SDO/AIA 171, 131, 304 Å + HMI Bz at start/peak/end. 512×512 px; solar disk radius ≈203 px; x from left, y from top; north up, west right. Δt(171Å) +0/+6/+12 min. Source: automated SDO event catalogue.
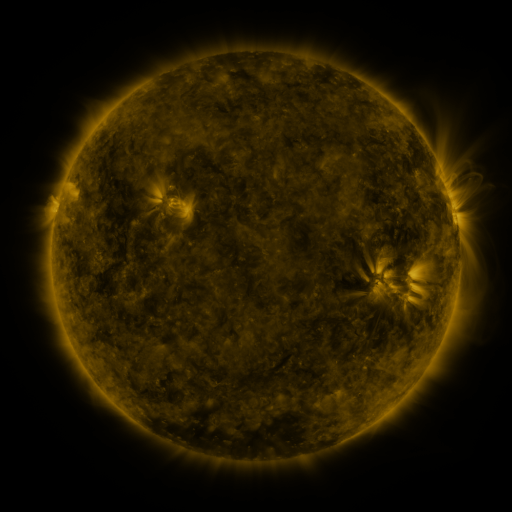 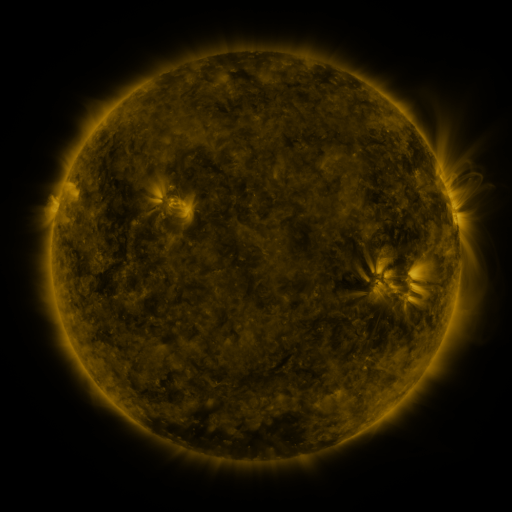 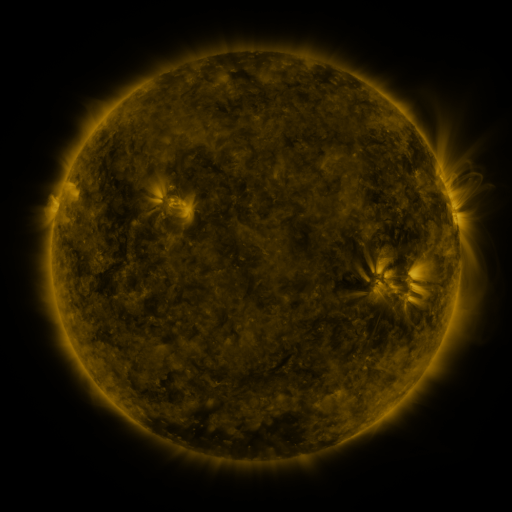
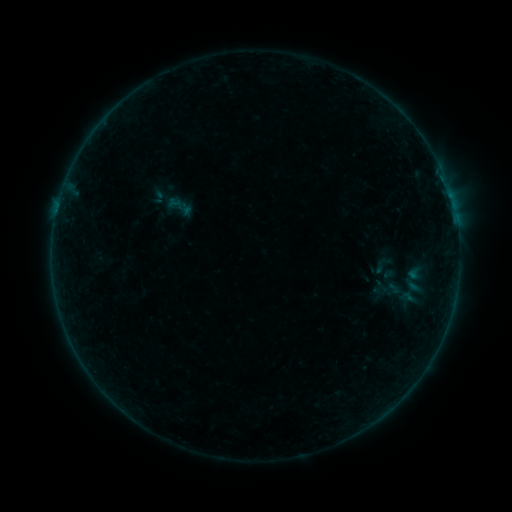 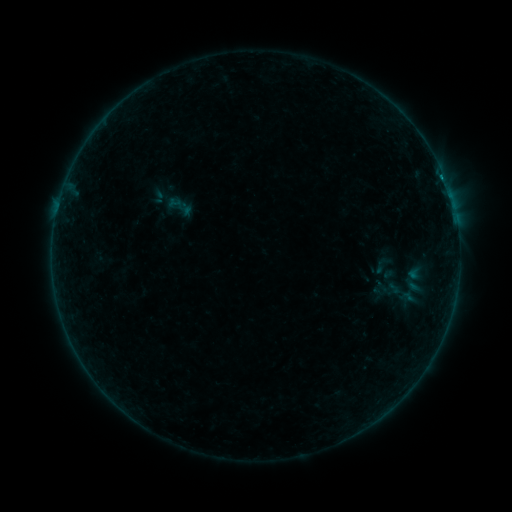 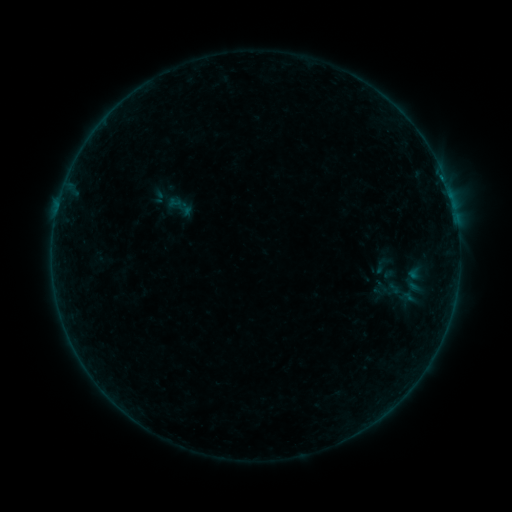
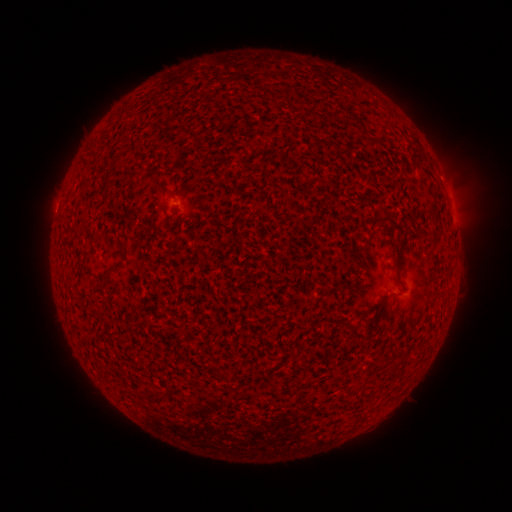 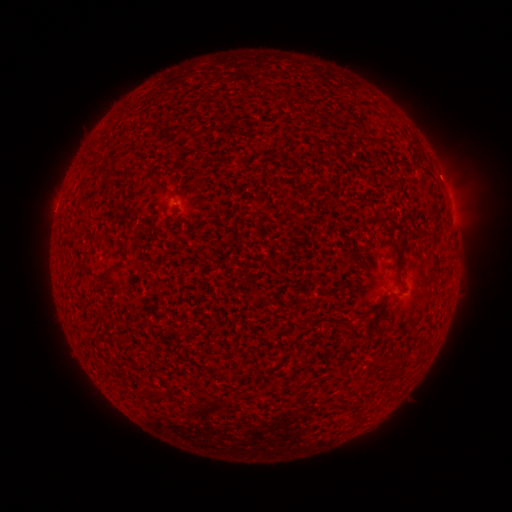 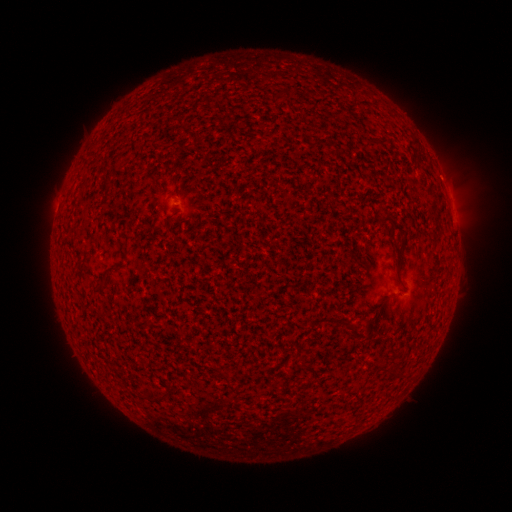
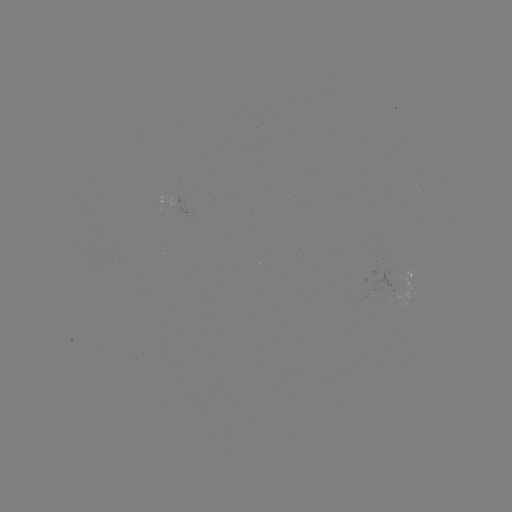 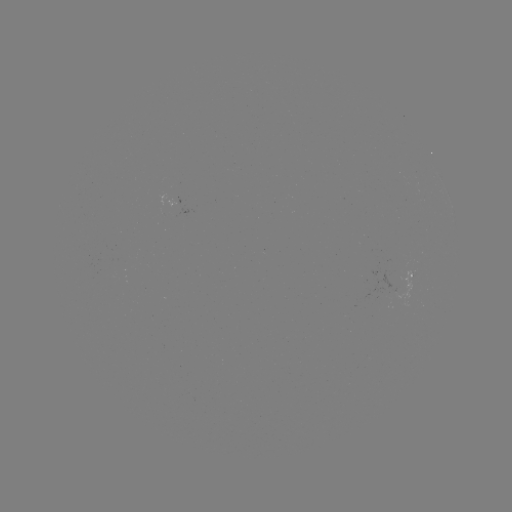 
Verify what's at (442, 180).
B1.4 flare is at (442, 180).